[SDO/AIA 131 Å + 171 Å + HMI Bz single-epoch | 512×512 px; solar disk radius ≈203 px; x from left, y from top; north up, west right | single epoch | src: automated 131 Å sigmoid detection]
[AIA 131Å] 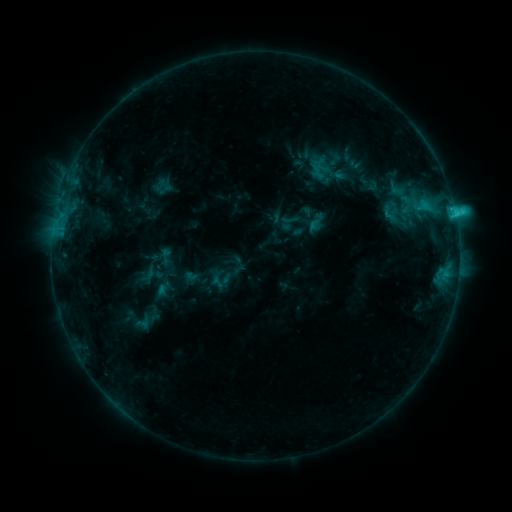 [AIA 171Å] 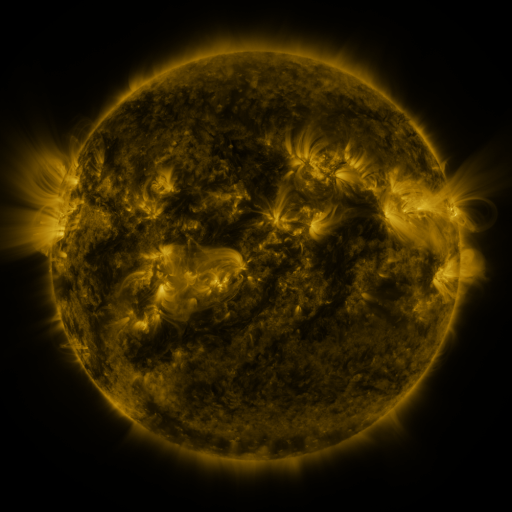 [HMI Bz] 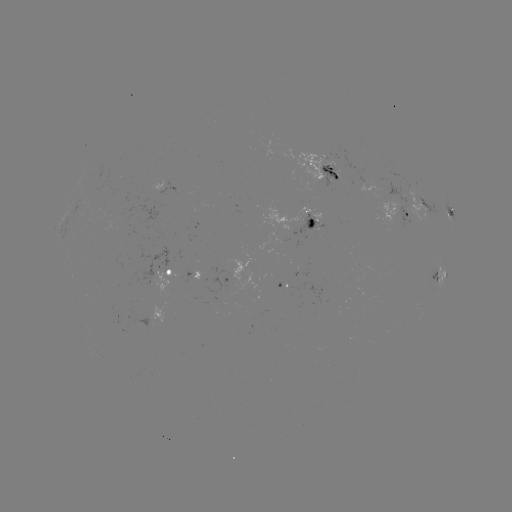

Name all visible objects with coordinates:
sigmoid: (390, 214)
sigmoid: (167, 256)
